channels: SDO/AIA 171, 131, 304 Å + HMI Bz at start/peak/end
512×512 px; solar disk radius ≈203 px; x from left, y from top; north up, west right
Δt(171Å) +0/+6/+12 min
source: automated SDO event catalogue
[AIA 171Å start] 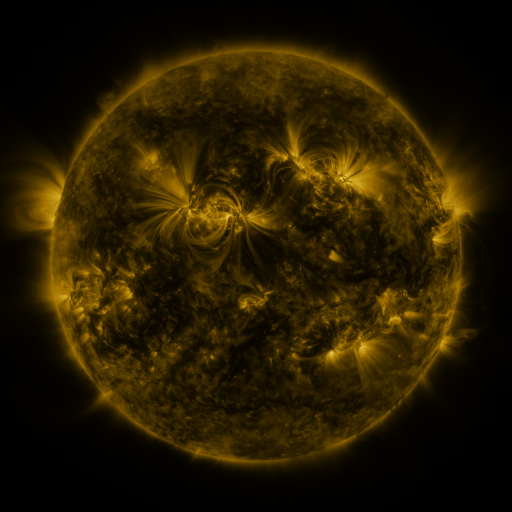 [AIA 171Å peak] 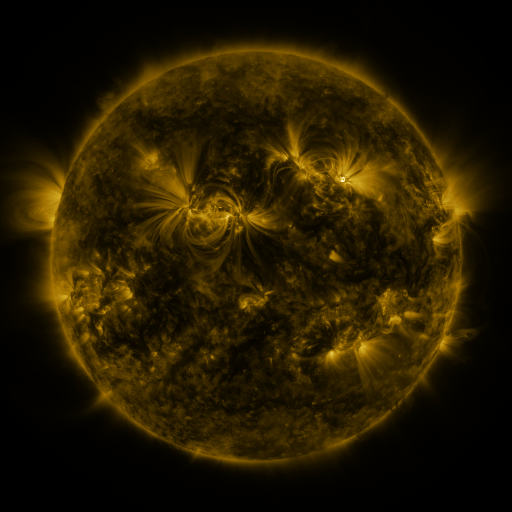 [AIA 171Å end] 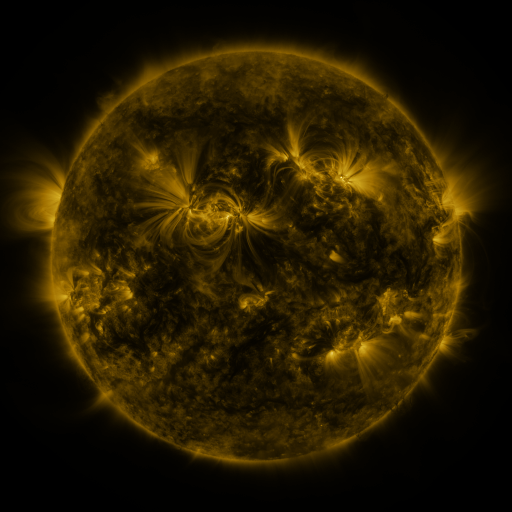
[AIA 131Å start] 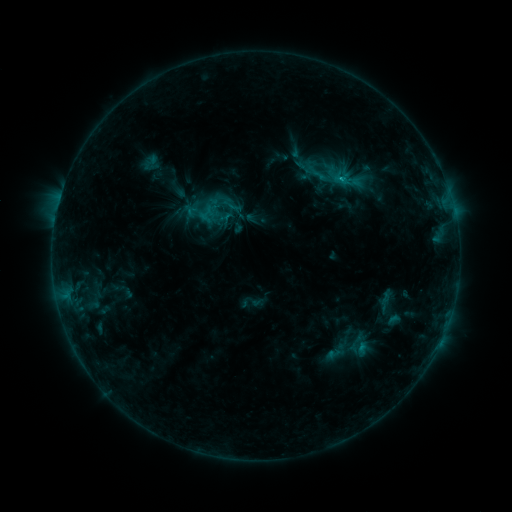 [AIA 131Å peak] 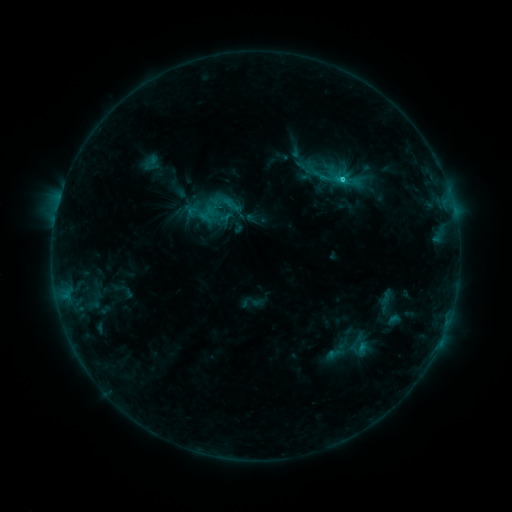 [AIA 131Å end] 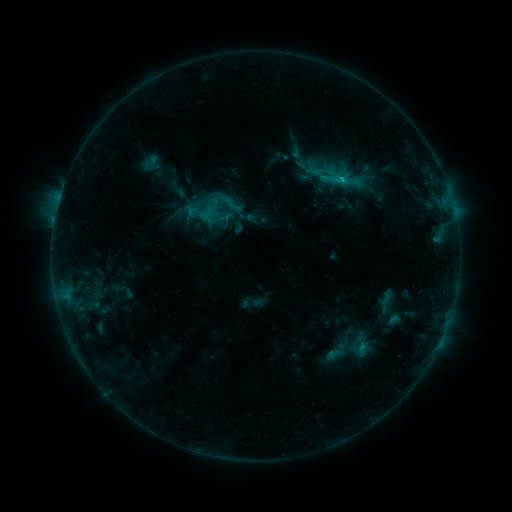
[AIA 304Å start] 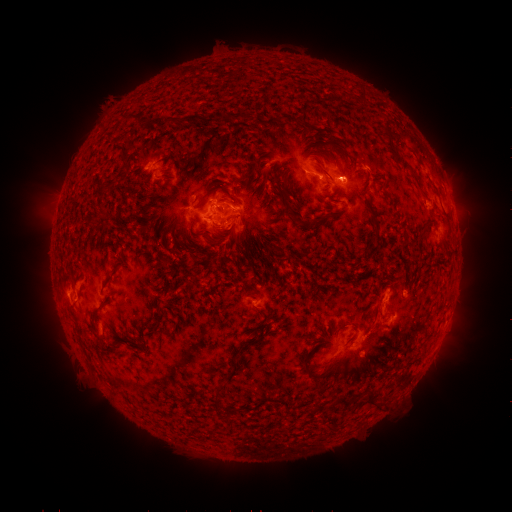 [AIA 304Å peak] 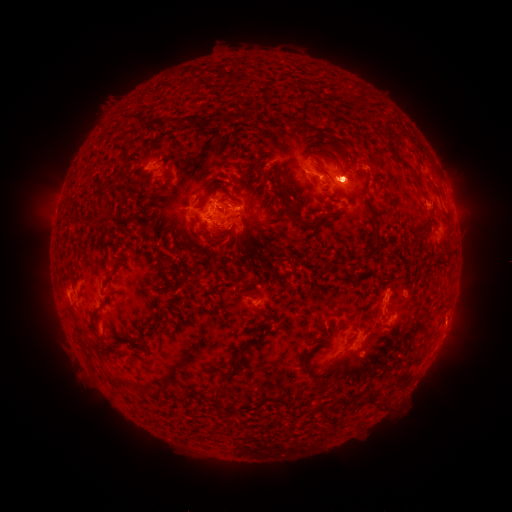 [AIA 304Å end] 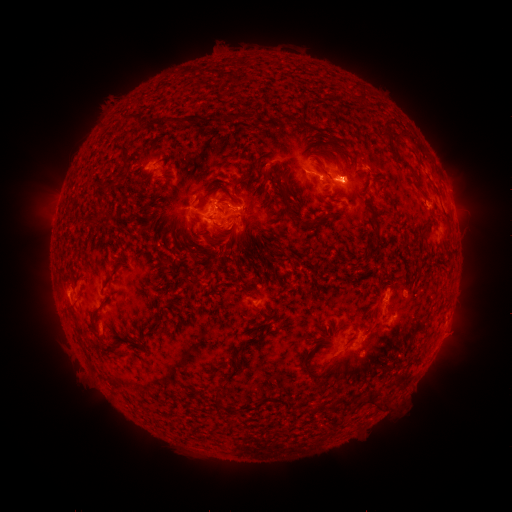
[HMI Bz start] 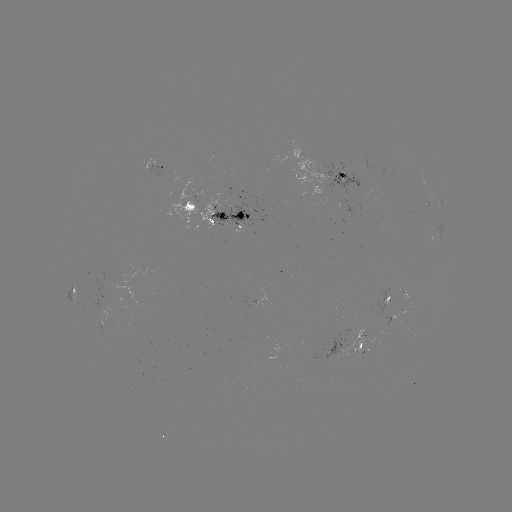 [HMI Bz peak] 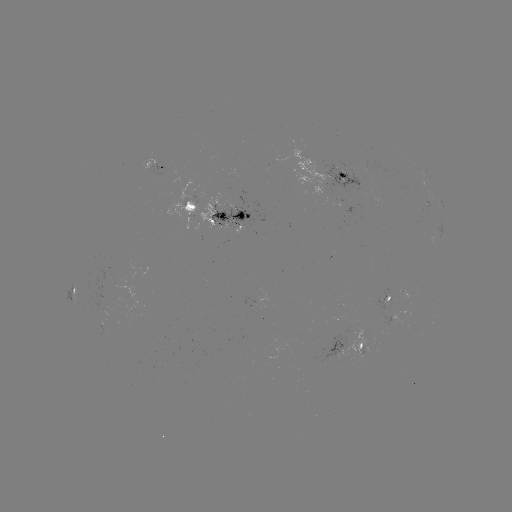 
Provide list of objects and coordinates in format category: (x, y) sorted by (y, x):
C2.4 flare: (341, 179)
